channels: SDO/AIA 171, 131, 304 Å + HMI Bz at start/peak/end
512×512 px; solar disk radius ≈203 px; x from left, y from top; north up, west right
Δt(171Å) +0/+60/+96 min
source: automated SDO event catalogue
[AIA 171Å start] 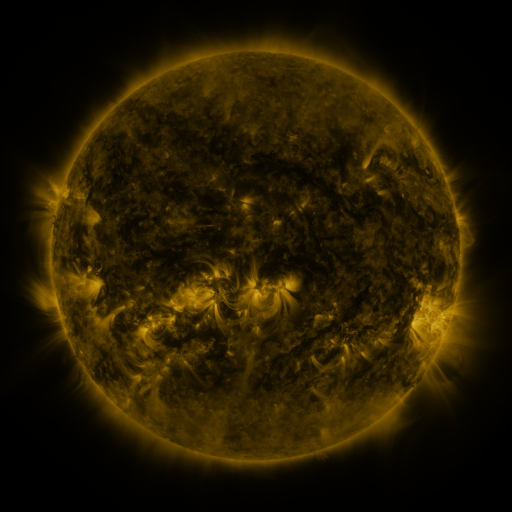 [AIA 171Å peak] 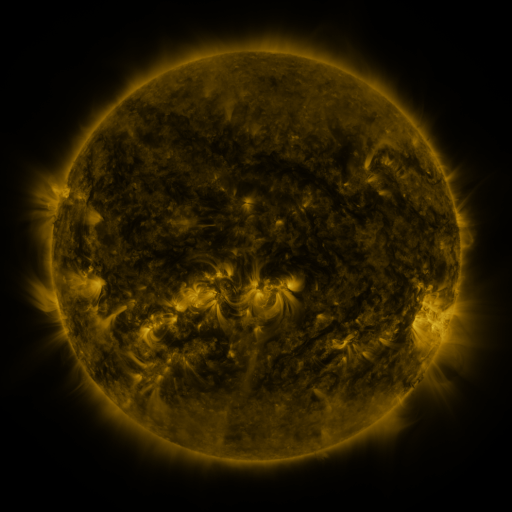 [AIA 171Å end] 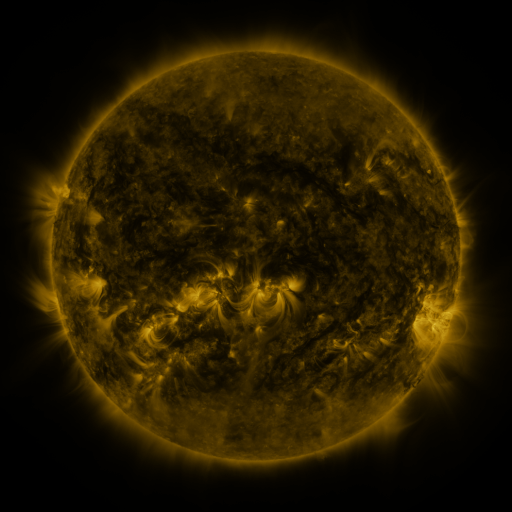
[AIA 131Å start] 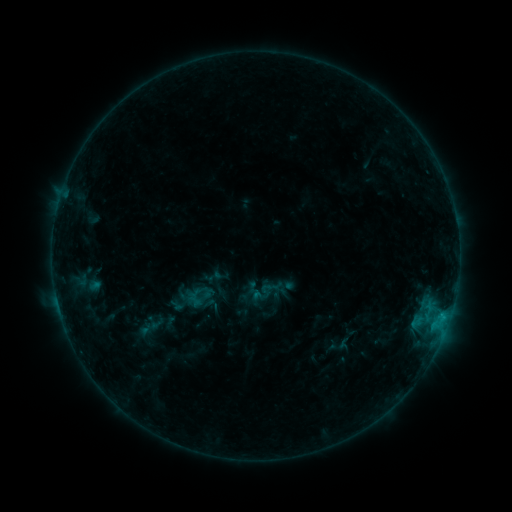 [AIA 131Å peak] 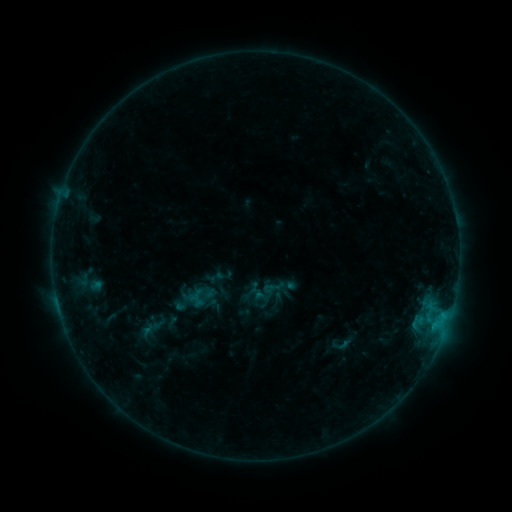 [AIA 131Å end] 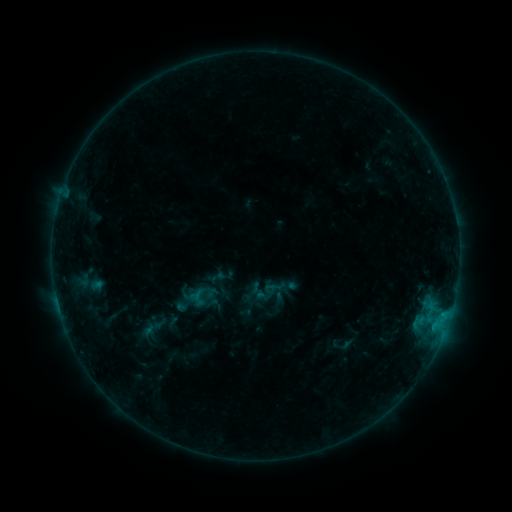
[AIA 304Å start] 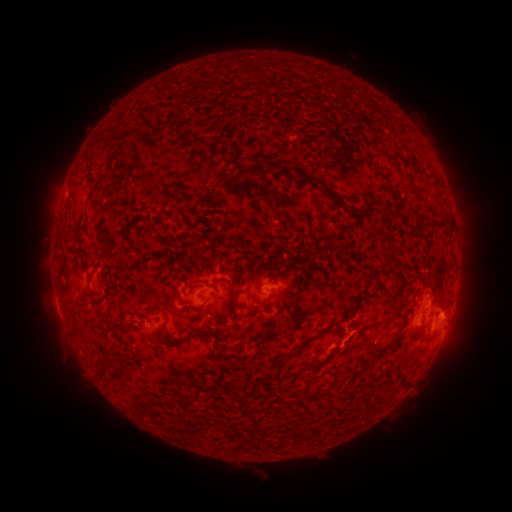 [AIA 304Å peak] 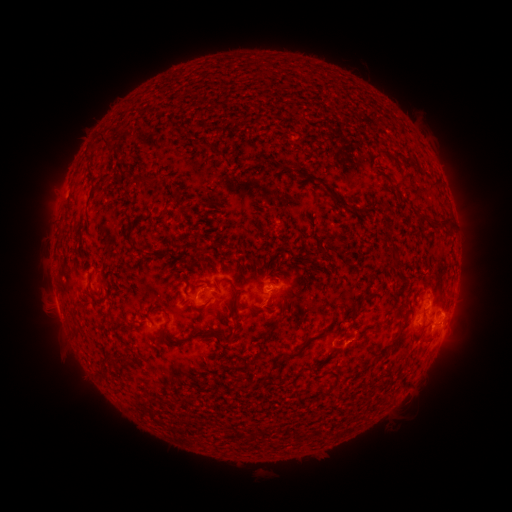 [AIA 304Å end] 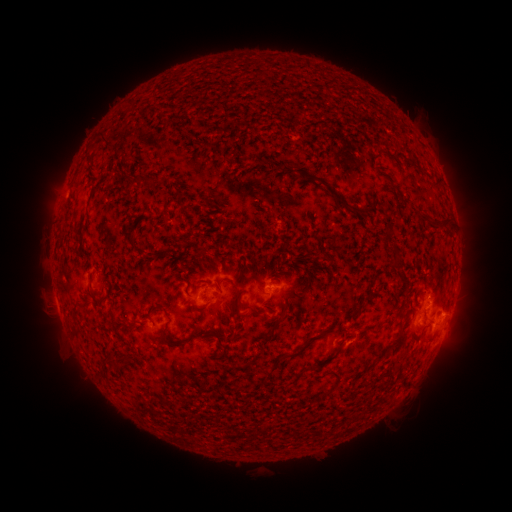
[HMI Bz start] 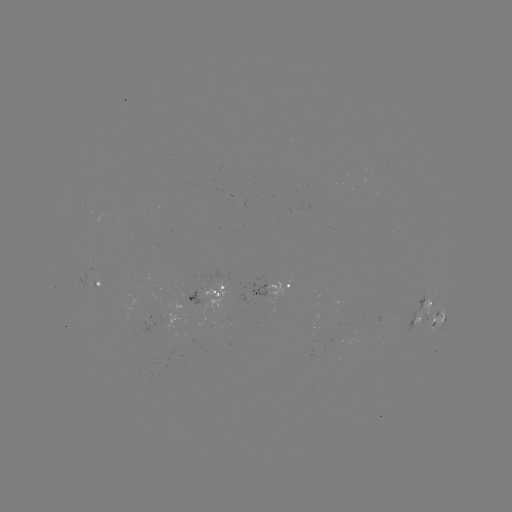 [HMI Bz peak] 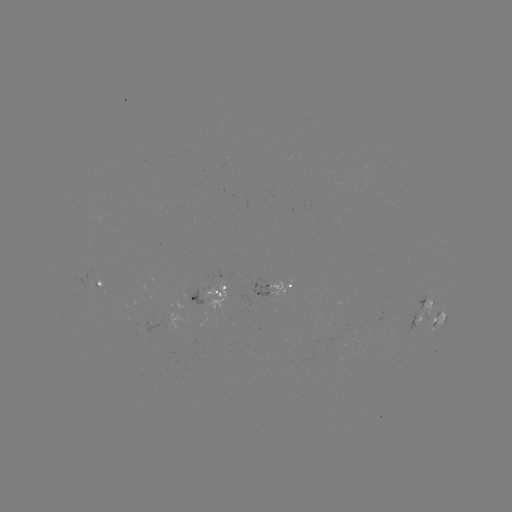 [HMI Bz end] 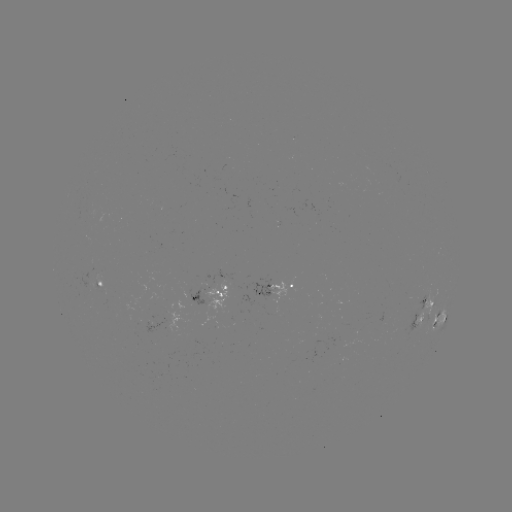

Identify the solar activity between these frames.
emerging-flux region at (89, 280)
